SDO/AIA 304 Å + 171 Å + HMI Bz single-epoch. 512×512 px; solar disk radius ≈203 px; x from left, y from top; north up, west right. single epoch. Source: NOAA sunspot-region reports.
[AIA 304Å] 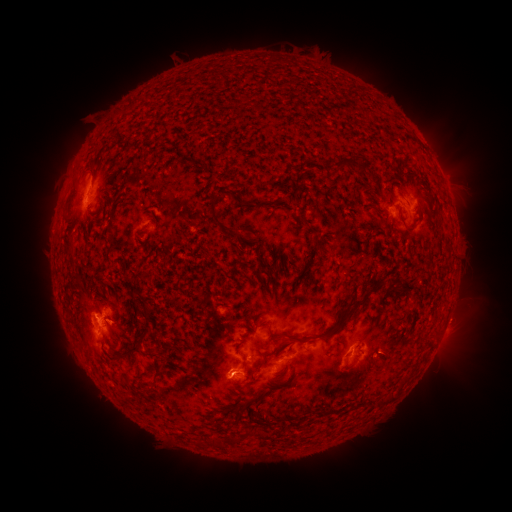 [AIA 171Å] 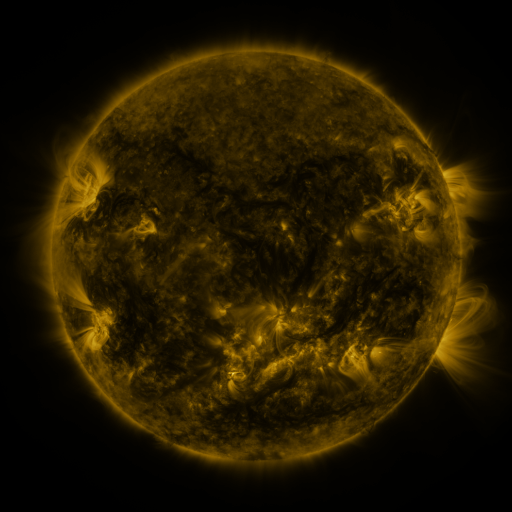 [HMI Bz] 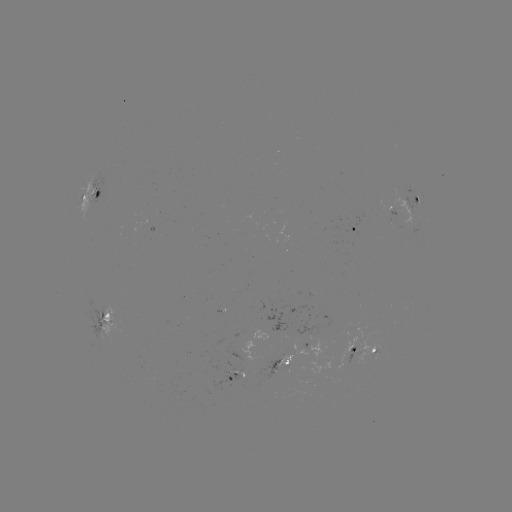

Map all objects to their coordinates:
spotted active region: (94, 194)
spotted active region: (412, 205)
spotted active region: (355, 232)
spotted active region: (104, 318)
spotted active region: (320, 351)
spotted active region: (363, 352)
spotted active region: (284, 364)
